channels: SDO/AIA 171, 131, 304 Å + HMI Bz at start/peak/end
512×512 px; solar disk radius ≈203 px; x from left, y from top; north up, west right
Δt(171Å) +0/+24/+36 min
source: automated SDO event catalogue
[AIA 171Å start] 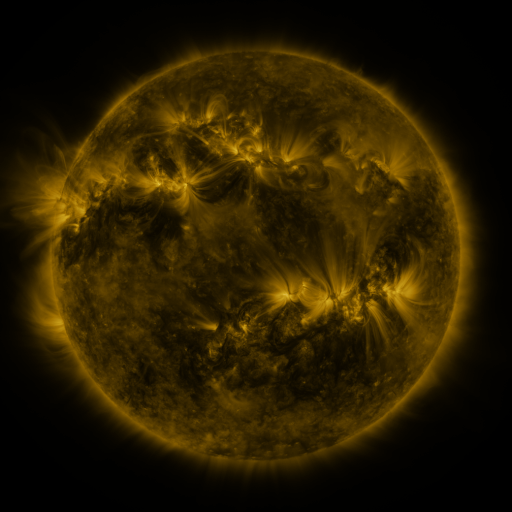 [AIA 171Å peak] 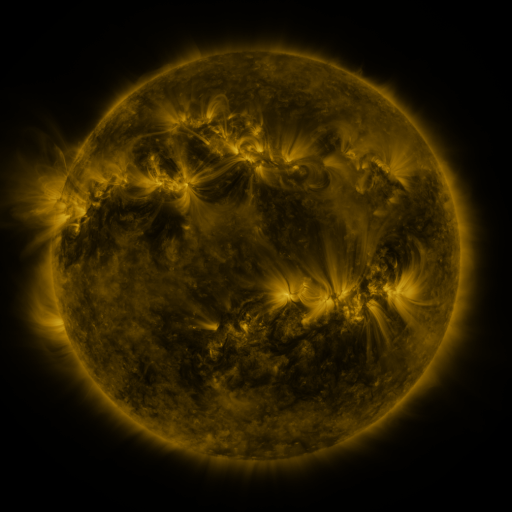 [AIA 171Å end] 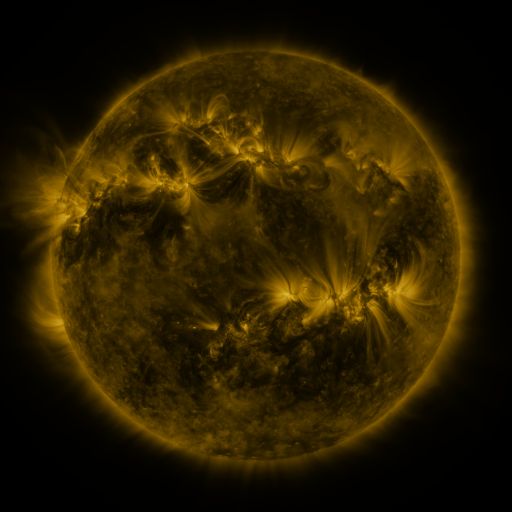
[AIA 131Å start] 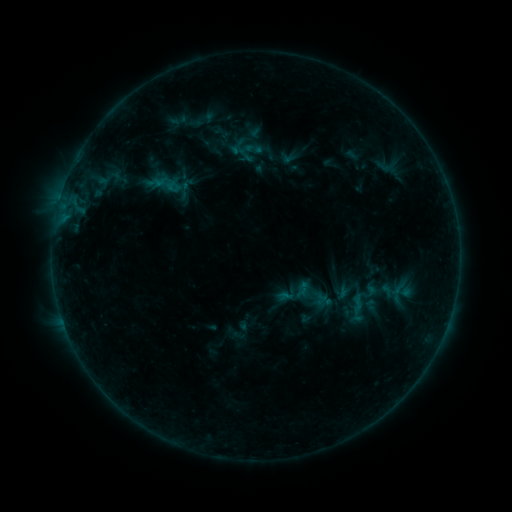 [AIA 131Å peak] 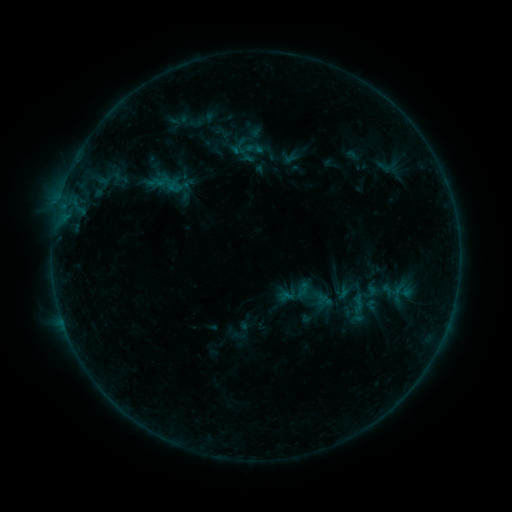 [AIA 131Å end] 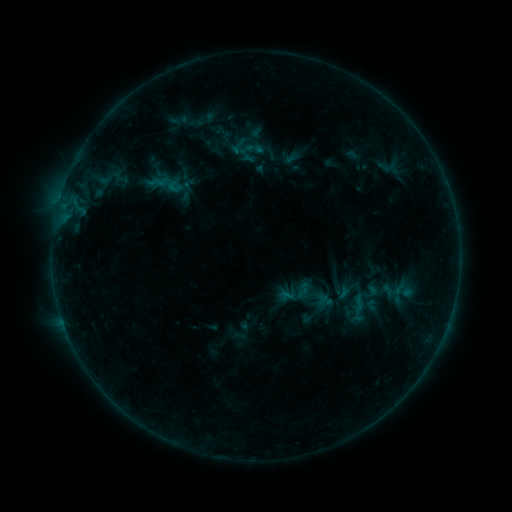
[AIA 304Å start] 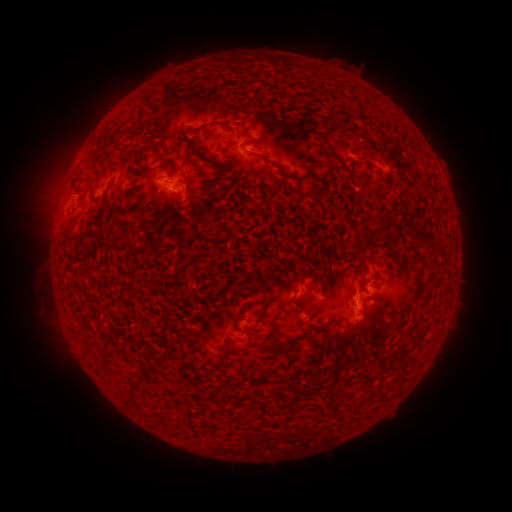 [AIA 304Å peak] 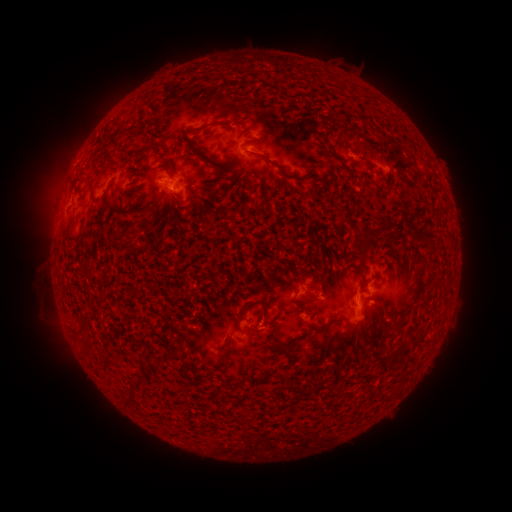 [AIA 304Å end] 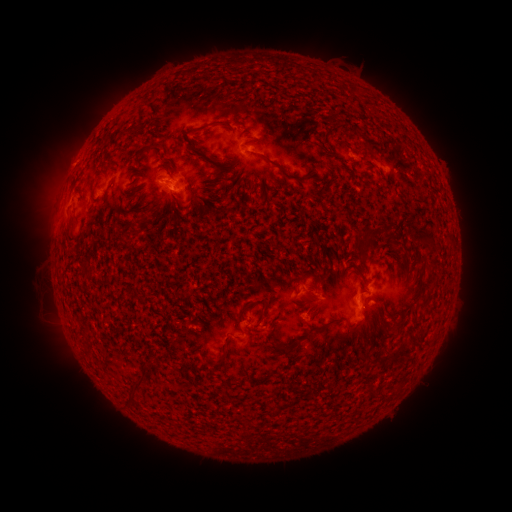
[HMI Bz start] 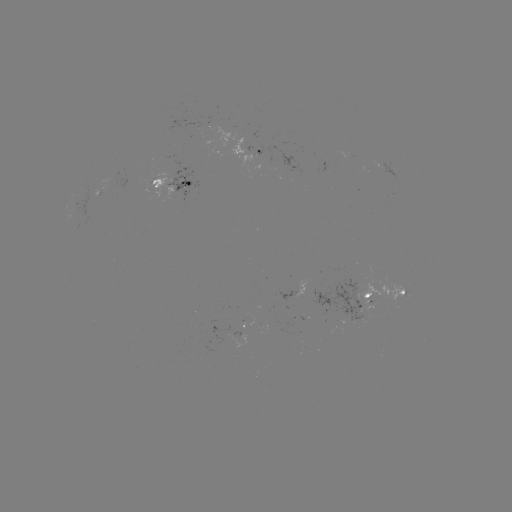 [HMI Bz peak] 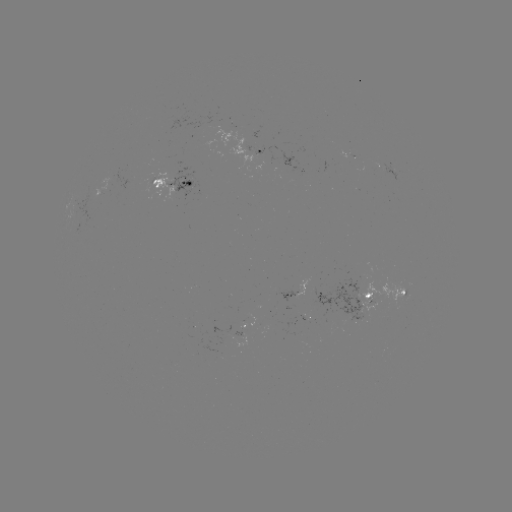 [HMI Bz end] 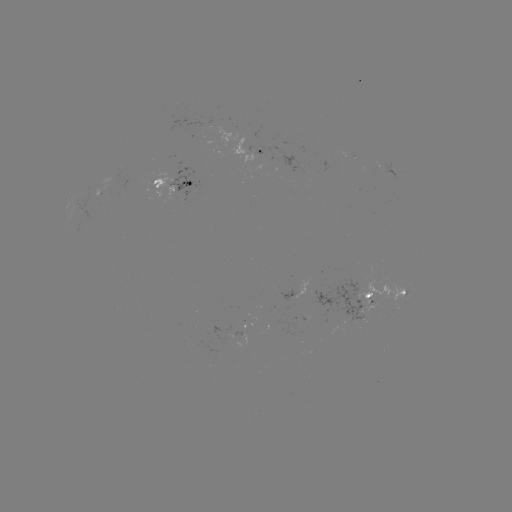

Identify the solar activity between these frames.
emerging-flux region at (357, 303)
